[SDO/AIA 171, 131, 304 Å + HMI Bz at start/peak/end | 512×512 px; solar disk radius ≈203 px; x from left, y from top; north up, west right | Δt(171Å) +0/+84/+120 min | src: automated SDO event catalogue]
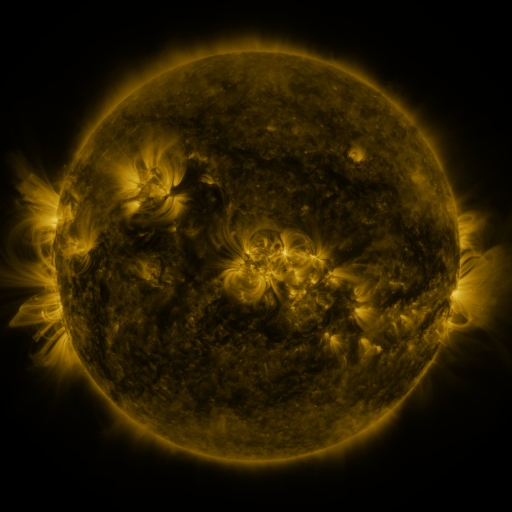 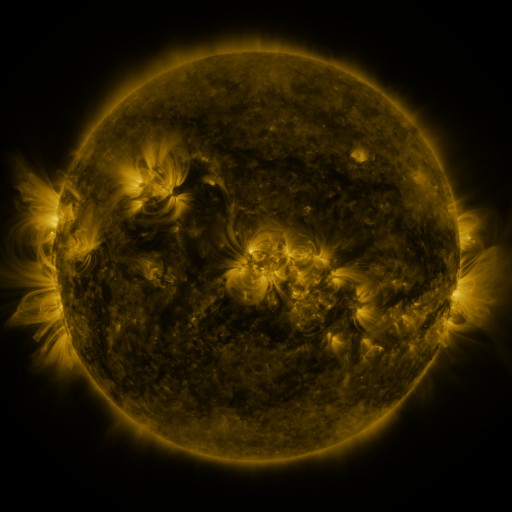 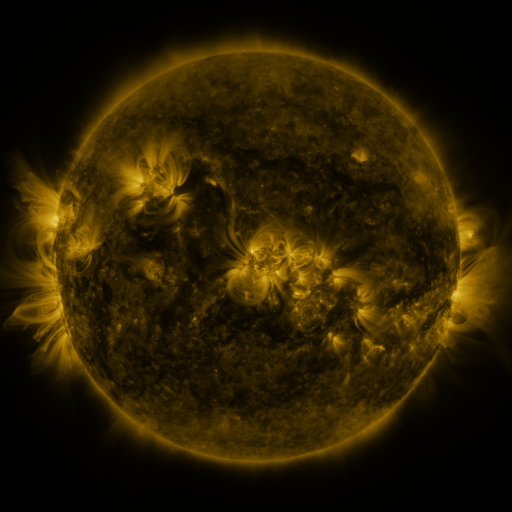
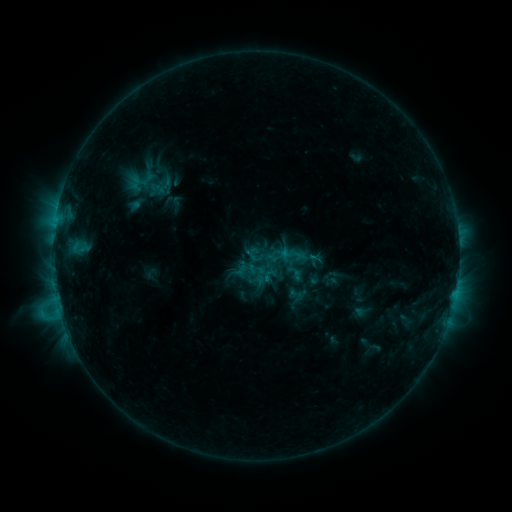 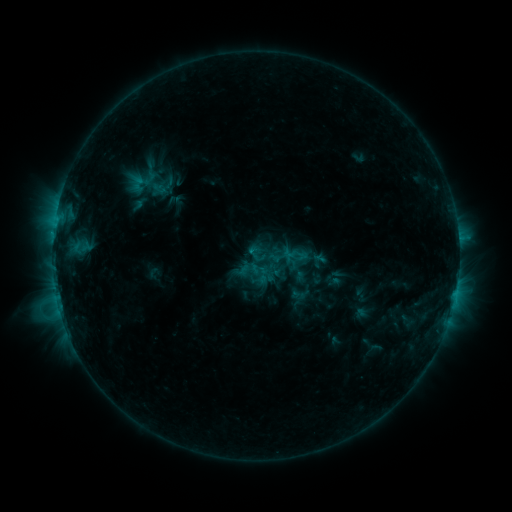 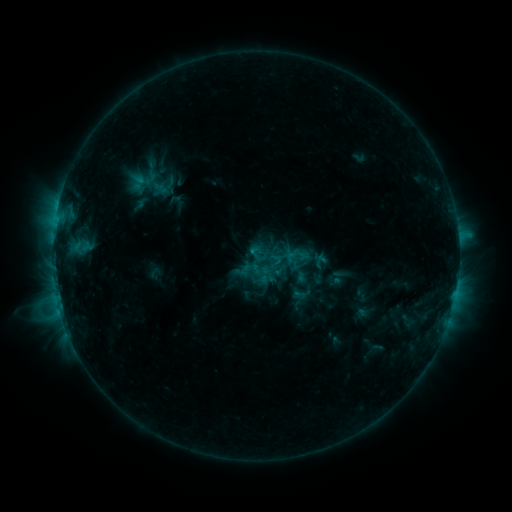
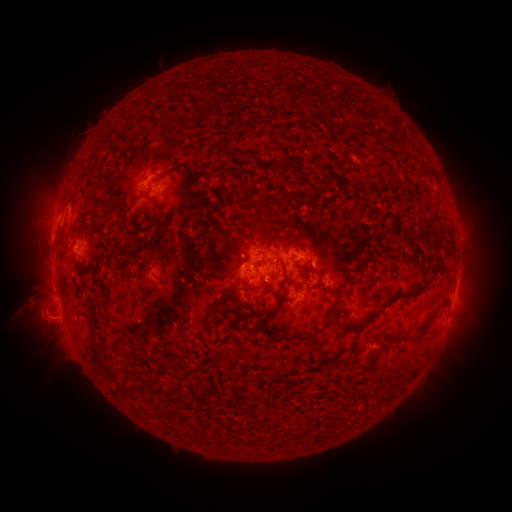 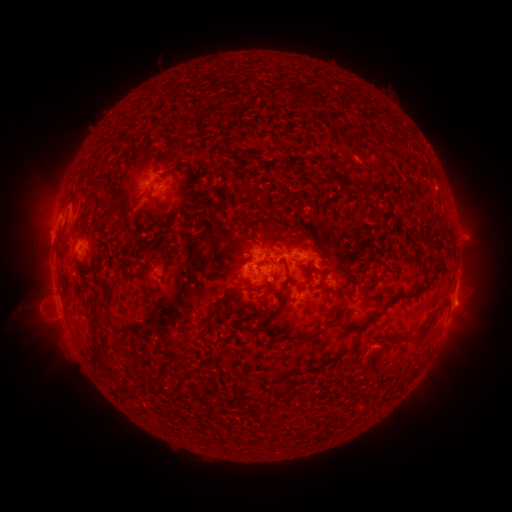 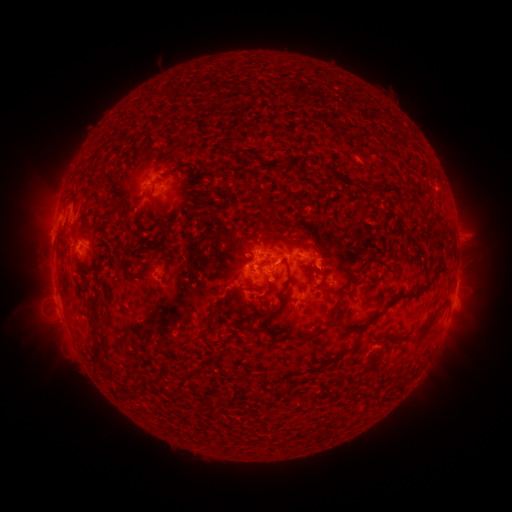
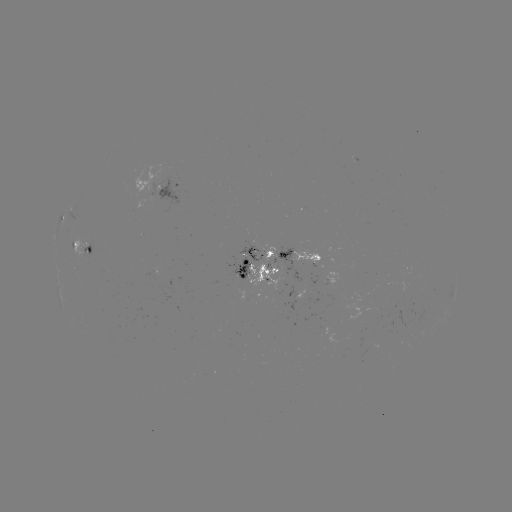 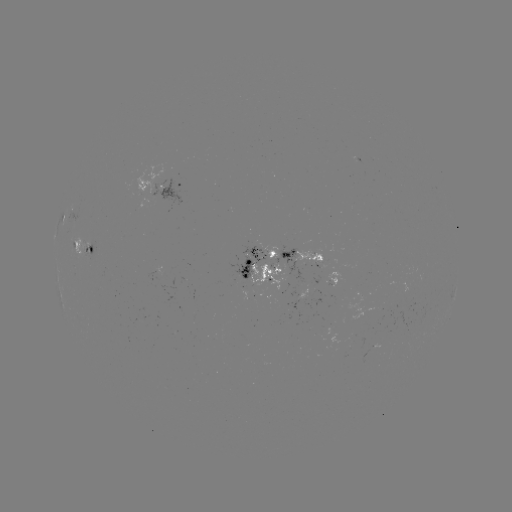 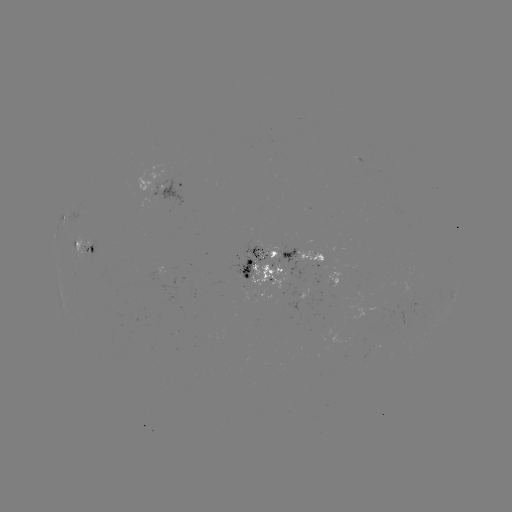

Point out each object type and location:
emerging-flux region: (138, 321)
